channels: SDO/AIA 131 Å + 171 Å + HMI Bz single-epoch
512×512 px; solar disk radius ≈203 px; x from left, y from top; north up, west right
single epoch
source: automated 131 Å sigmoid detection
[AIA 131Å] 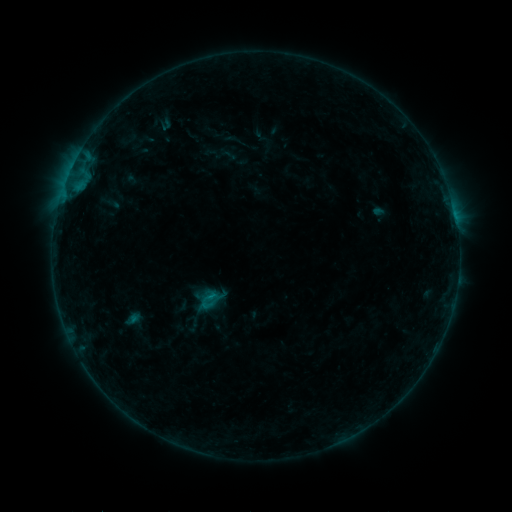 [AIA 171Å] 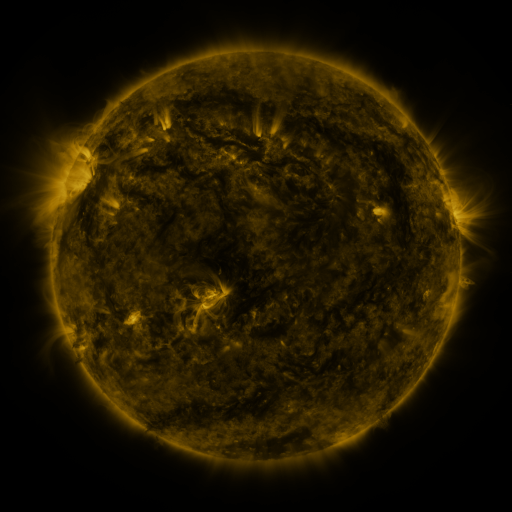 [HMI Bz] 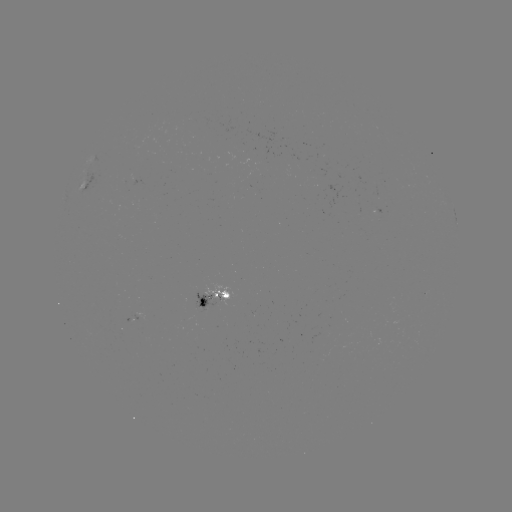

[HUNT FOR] sigmoid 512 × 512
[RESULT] [231, 138]